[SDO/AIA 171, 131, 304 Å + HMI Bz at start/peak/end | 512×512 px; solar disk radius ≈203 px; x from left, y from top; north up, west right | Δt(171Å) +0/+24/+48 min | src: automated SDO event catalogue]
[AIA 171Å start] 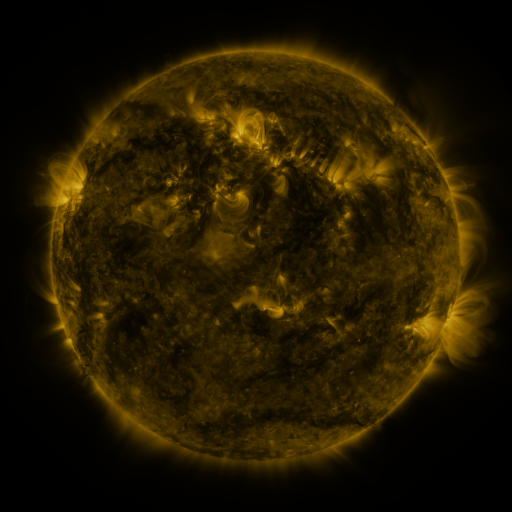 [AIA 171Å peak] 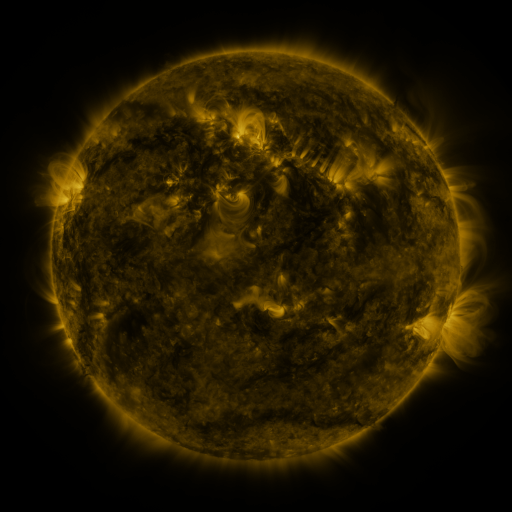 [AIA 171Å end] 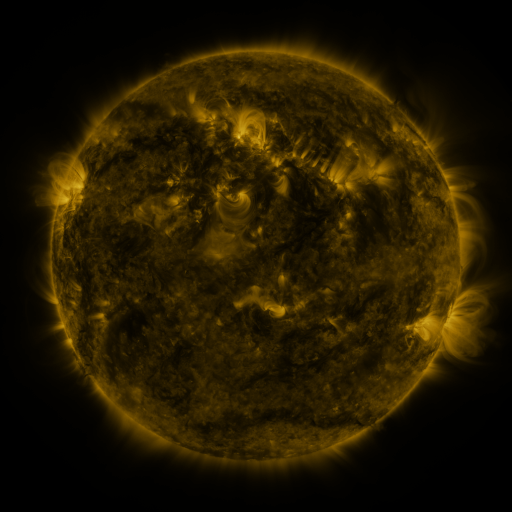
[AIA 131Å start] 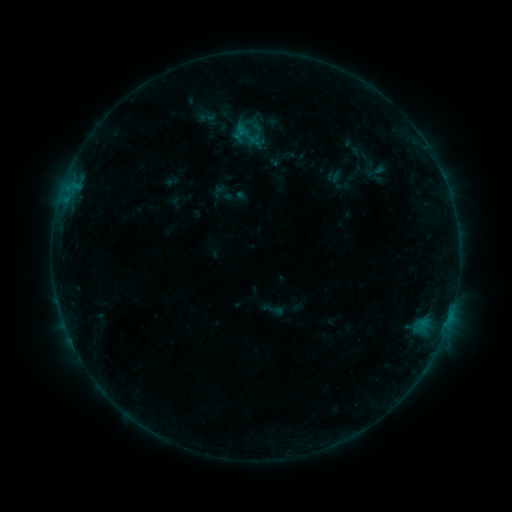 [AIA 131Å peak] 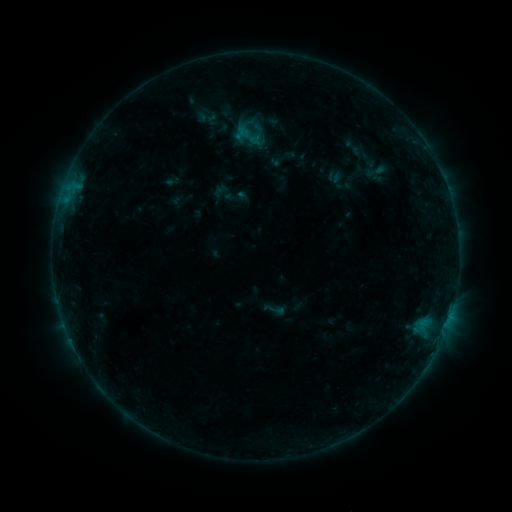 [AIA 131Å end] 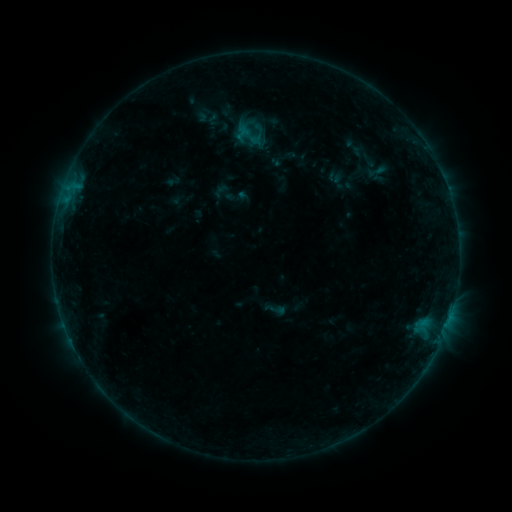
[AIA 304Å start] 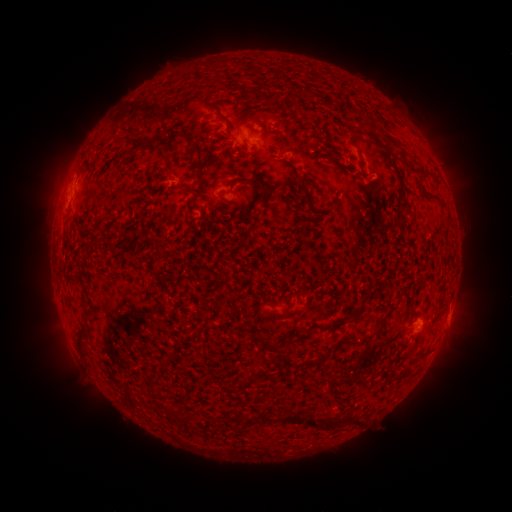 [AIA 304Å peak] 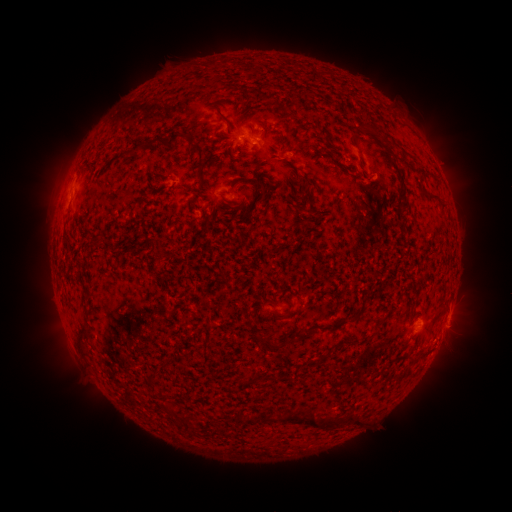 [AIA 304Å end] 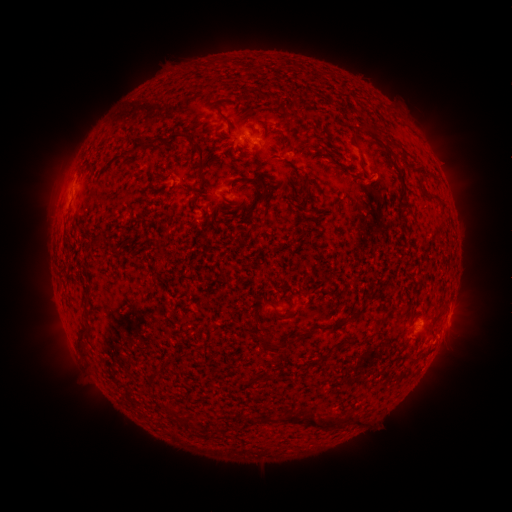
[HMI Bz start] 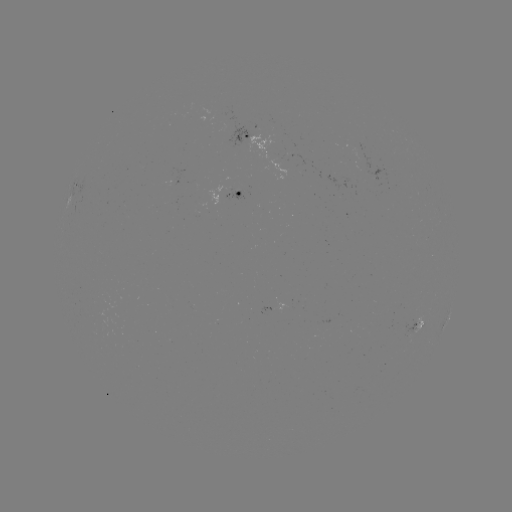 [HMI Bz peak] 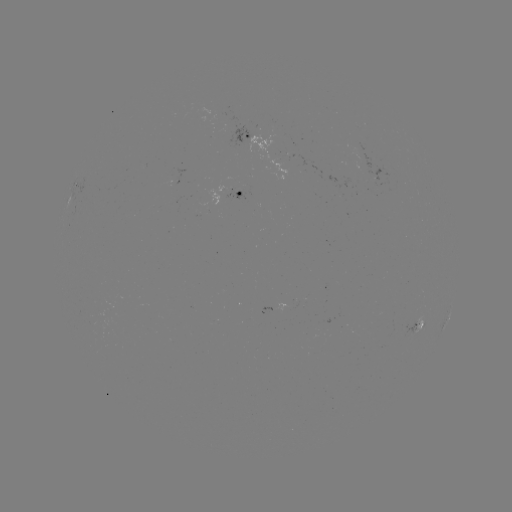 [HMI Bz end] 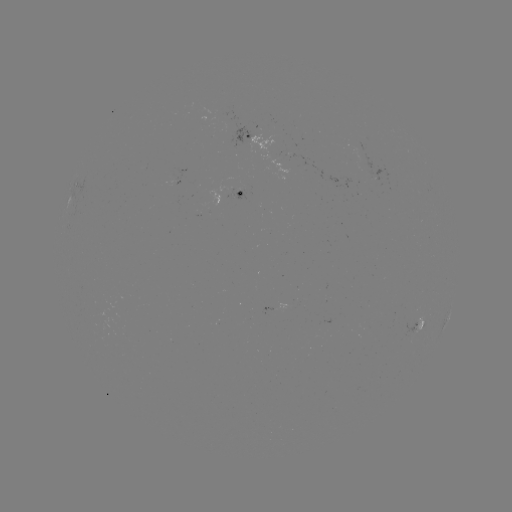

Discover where B2.5 flare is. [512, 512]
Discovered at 424,335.